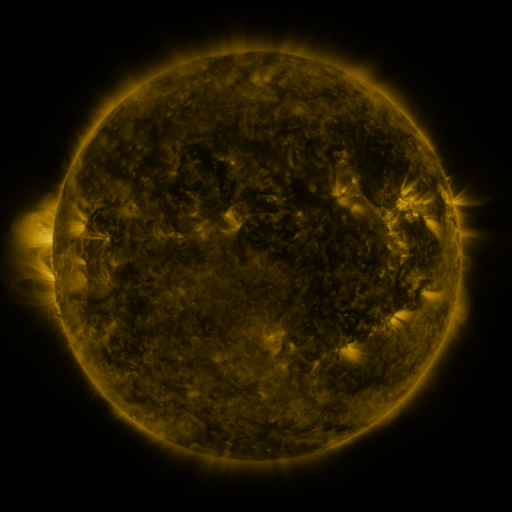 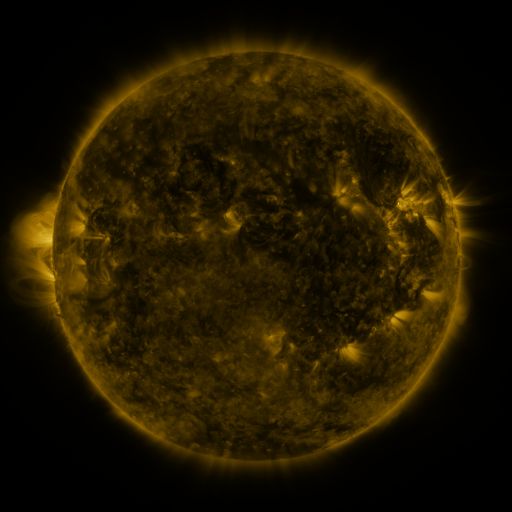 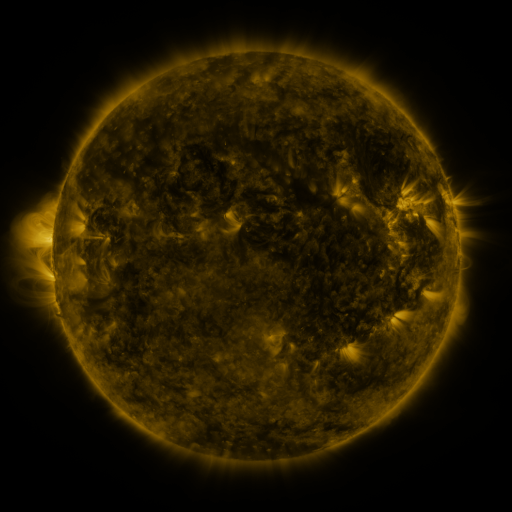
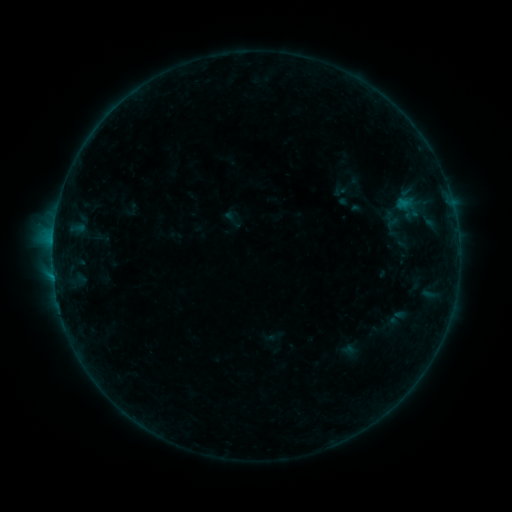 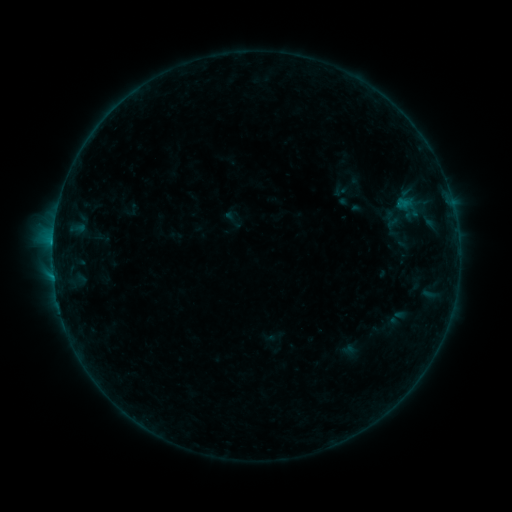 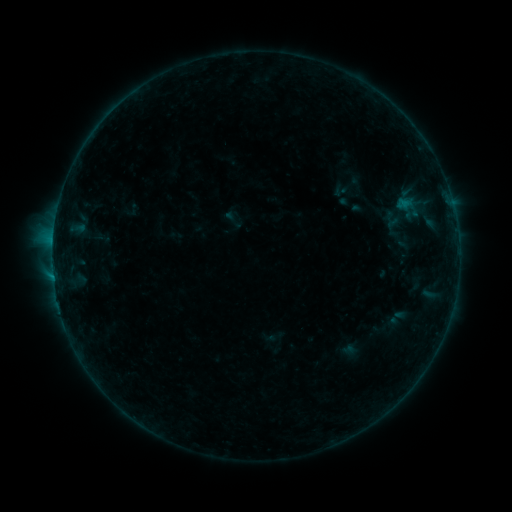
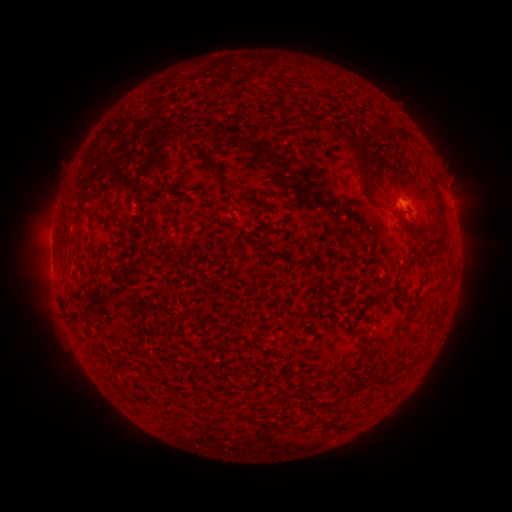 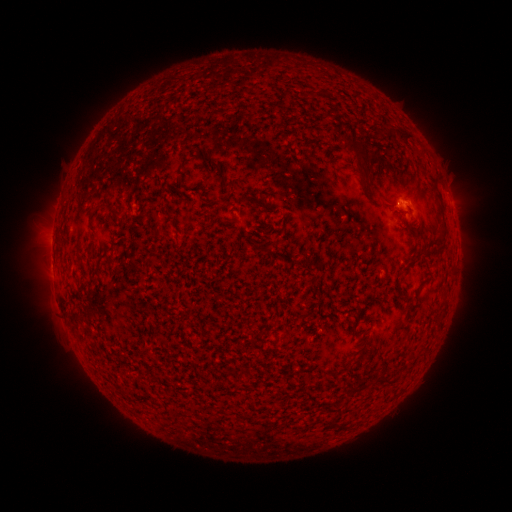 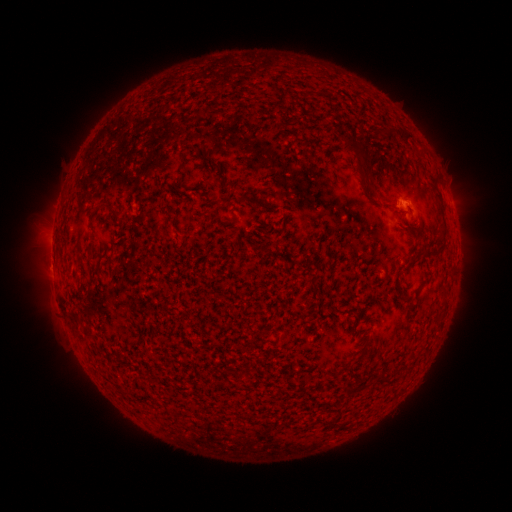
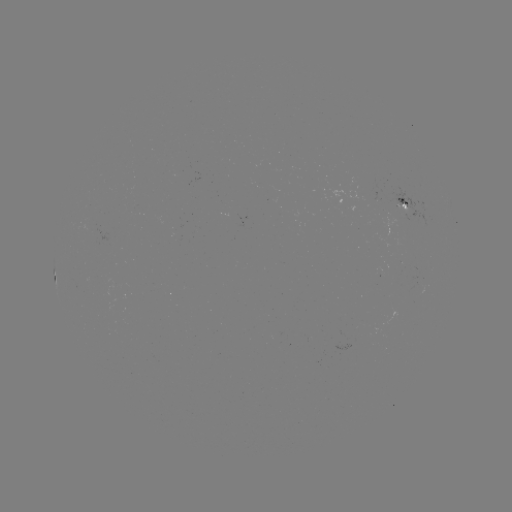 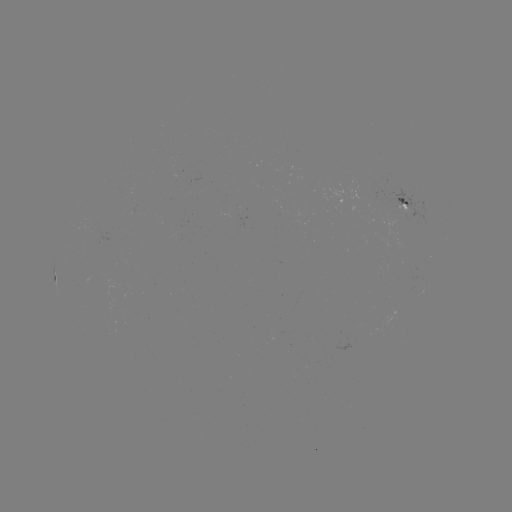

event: flare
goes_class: B3.2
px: (52, 245)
